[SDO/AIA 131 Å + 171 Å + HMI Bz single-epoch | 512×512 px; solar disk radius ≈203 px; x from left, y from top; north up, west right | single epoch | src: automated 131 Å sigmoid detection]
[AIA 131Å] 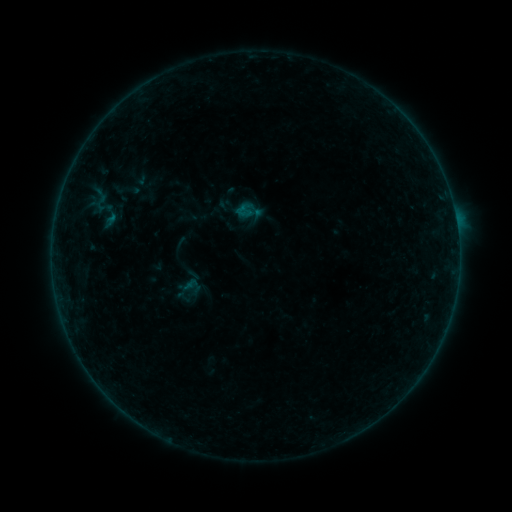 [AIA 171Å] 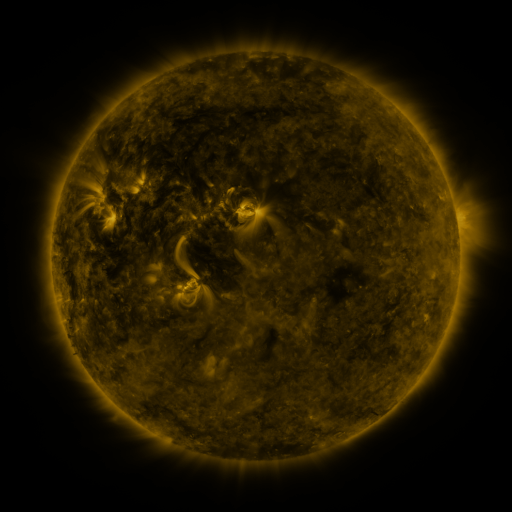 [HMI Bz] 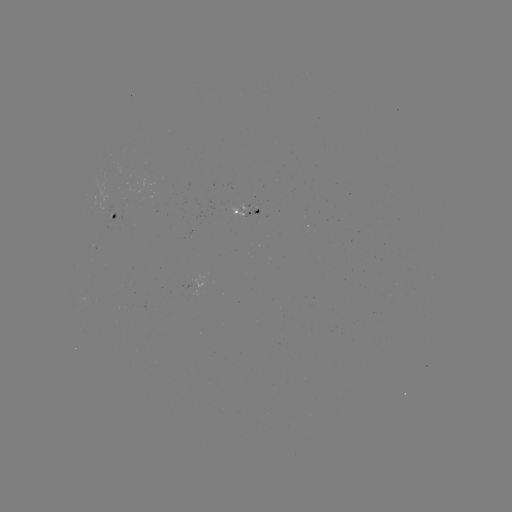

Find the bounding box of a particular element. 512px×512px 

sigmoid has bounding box [175, 273, 205, 301].